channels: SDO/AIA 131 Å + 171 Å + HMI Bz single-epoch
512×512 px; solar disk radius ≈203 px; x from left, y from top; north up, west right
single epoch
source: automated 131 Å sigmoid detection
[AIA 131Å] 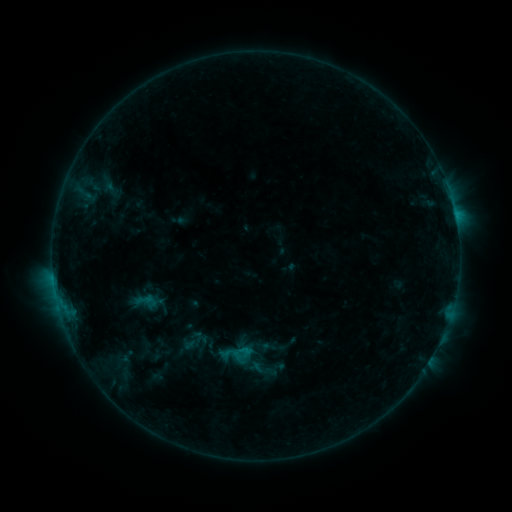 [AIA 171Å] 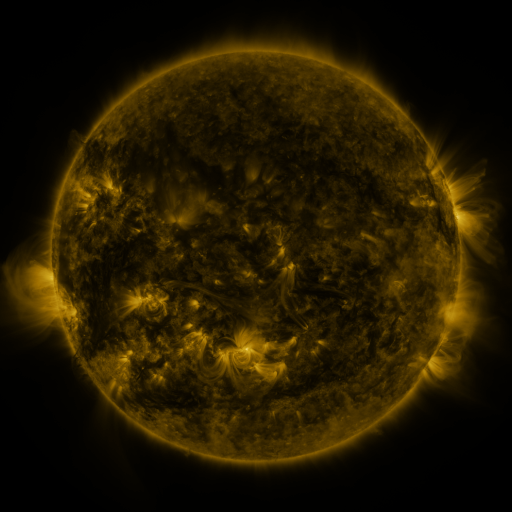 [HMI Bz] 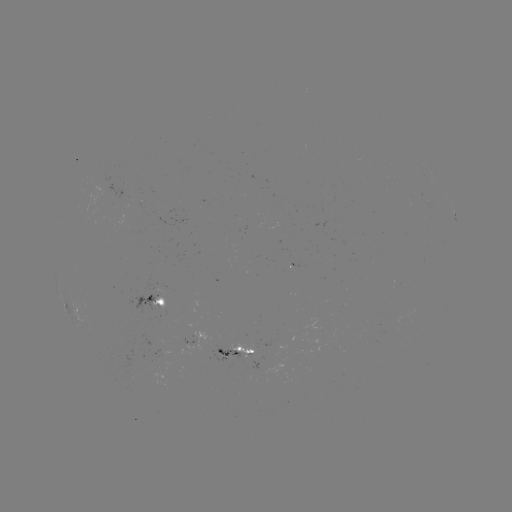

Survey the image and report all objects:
sigmoid: (193, 341)
sigmoid: (235, 353)
